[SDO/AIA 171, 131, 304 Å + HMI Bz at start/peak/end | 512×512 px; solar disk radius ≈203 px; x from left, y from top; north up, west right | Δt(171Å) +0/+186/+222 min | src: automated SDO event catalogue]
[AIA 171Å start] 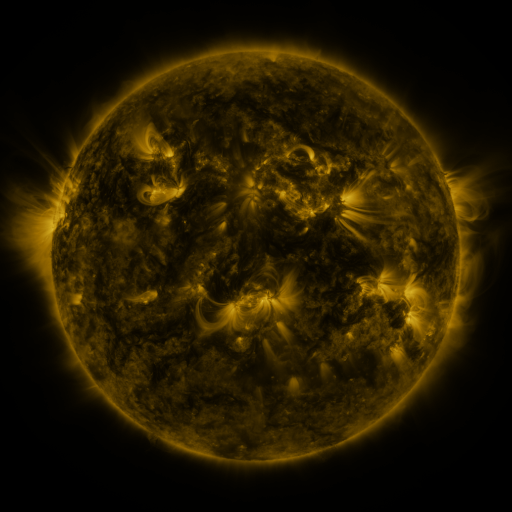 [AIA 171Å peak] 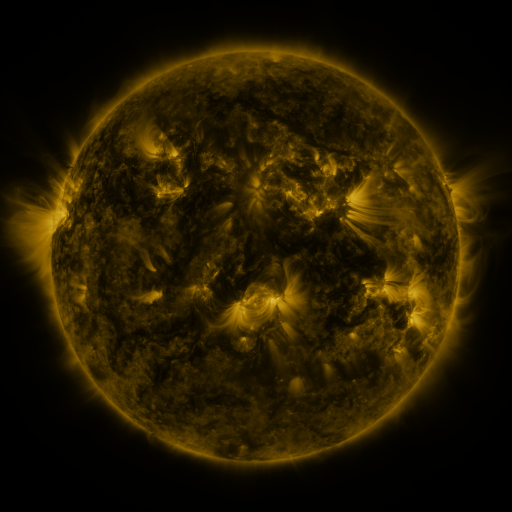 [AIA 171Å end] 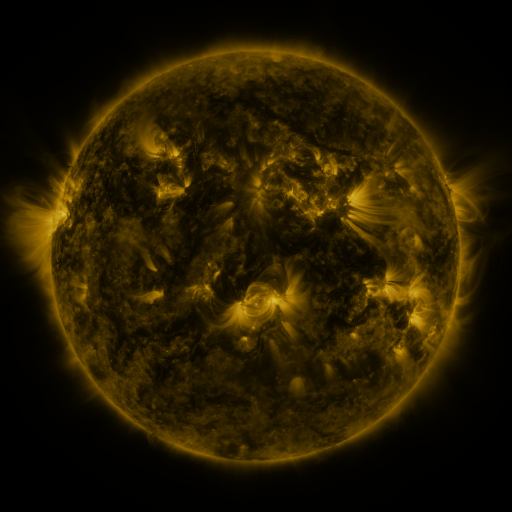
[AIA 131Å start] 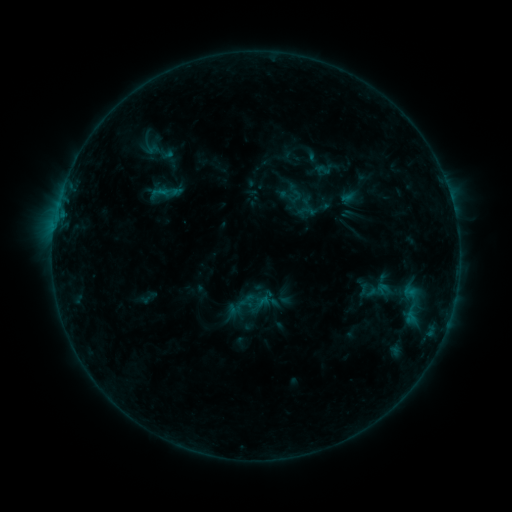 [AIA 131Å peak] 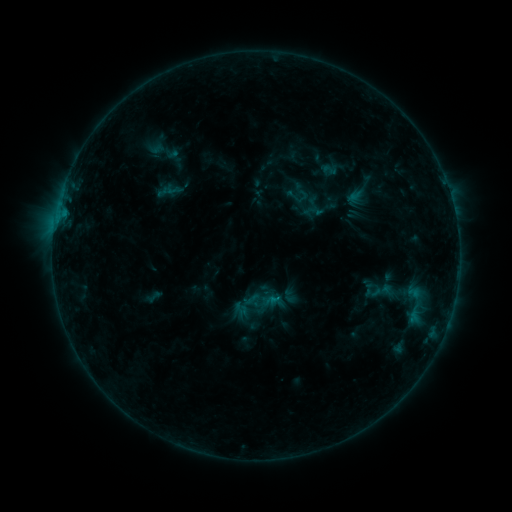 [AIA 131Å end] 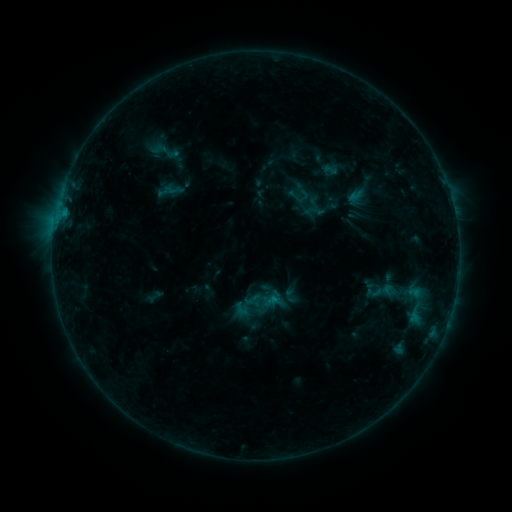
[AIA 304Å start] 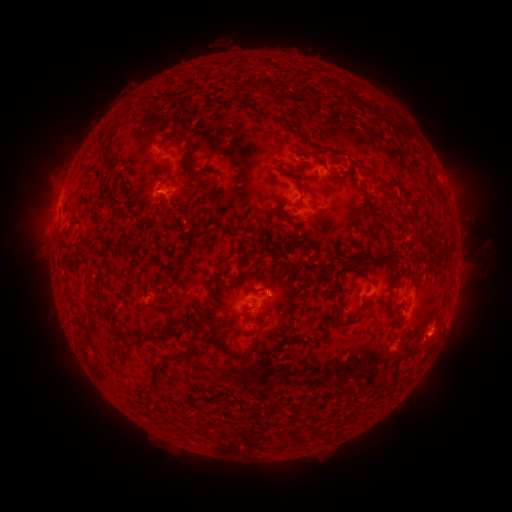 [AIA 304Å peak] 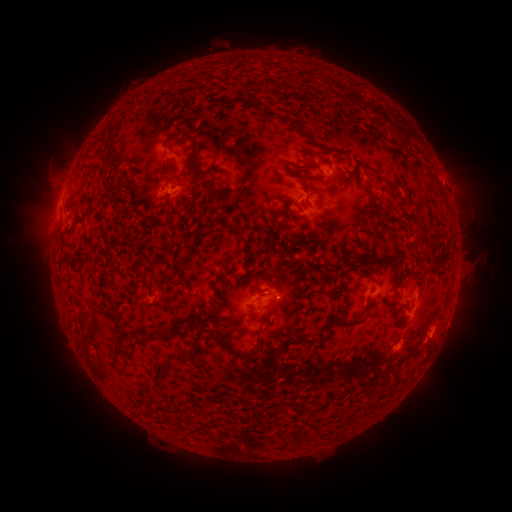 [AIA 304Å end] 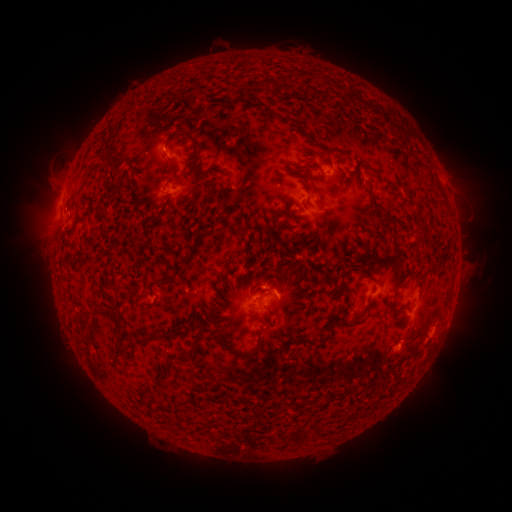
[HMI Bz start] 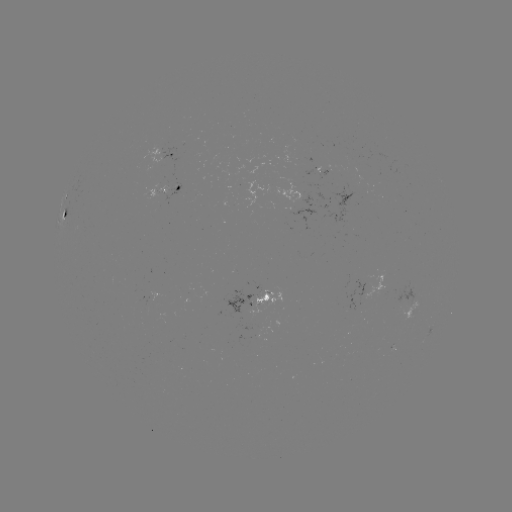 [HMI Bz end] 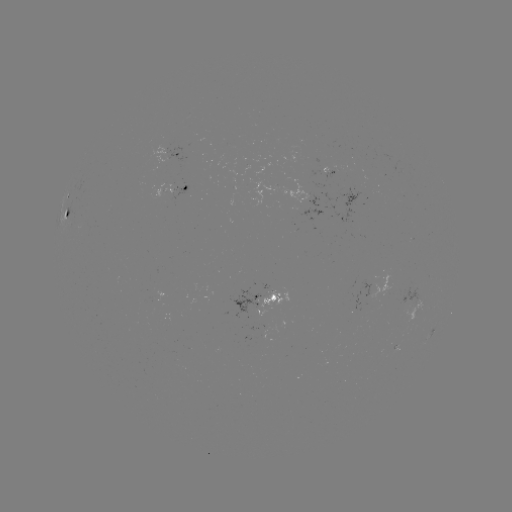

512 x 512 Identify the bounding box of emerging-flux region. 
[392, 344, 399, 354].